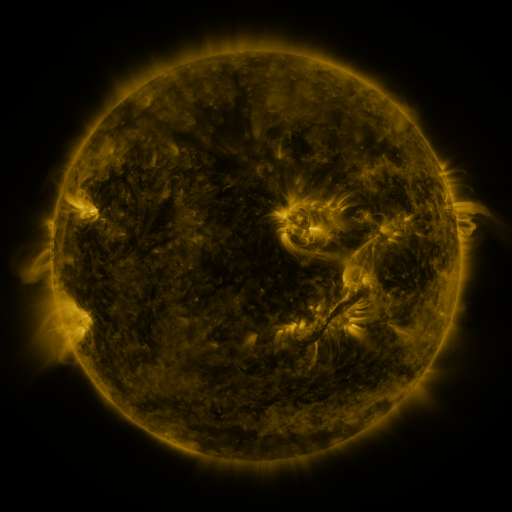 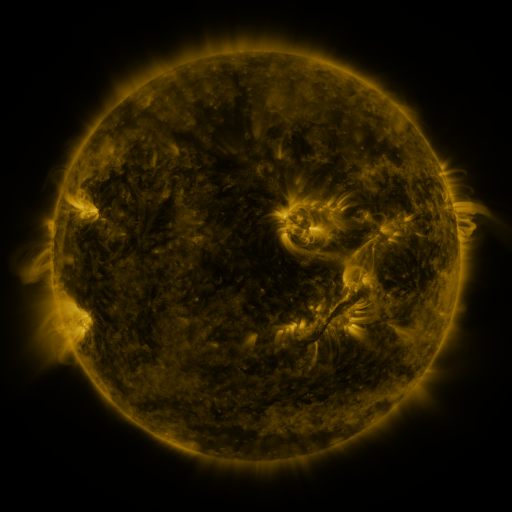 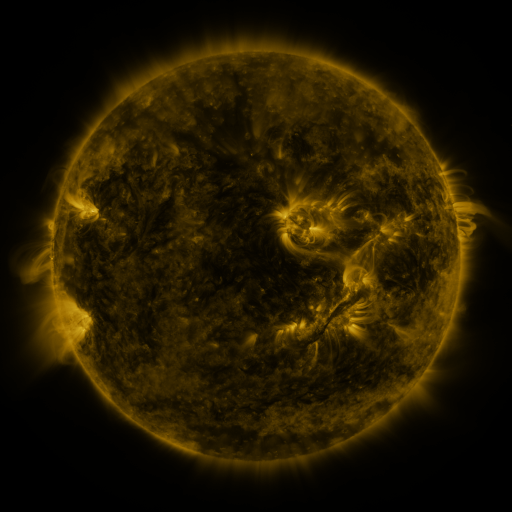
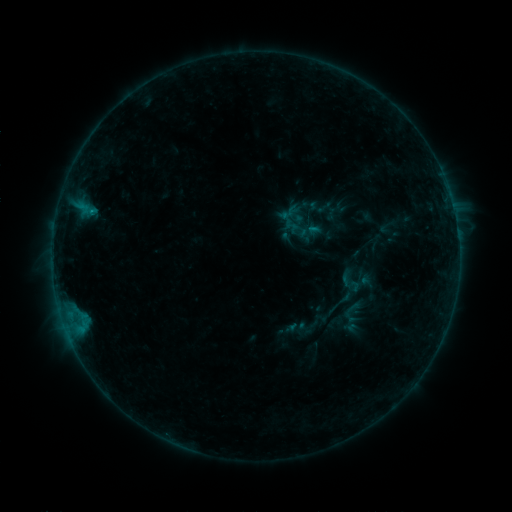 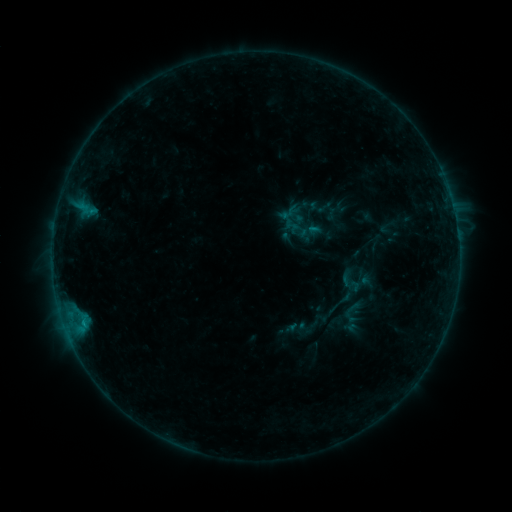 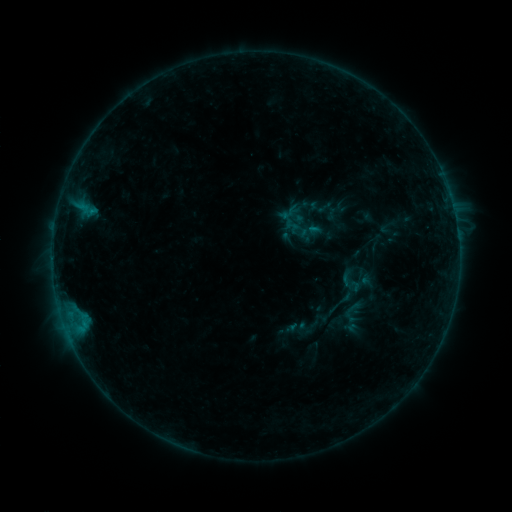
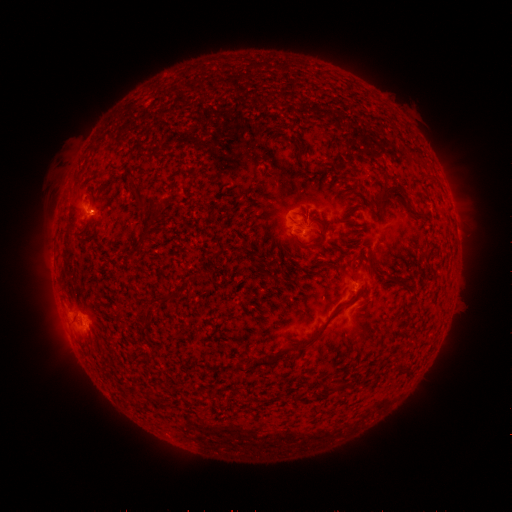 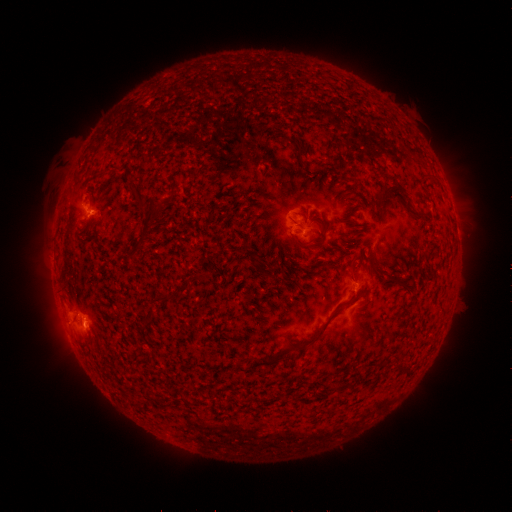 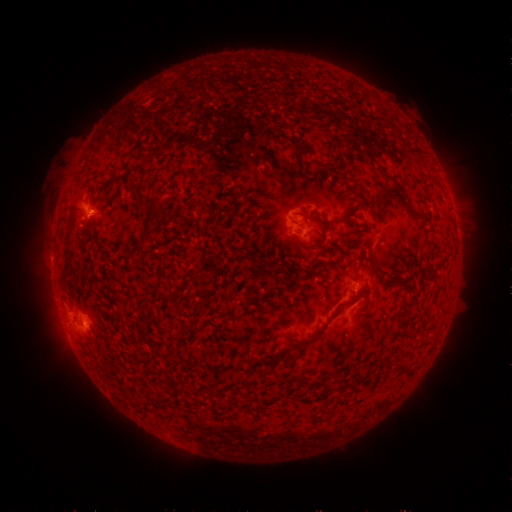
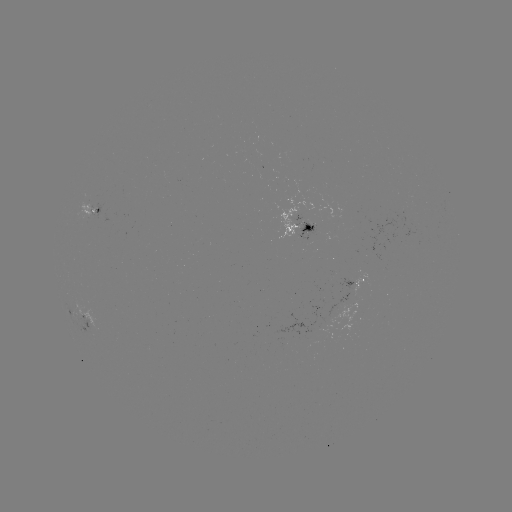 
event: flare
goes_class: B4.7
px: (82, 321)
